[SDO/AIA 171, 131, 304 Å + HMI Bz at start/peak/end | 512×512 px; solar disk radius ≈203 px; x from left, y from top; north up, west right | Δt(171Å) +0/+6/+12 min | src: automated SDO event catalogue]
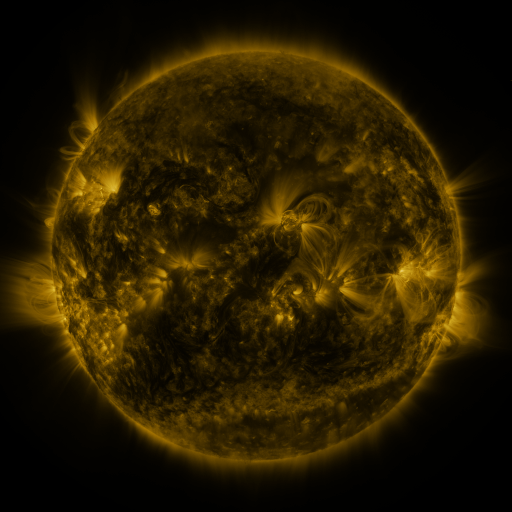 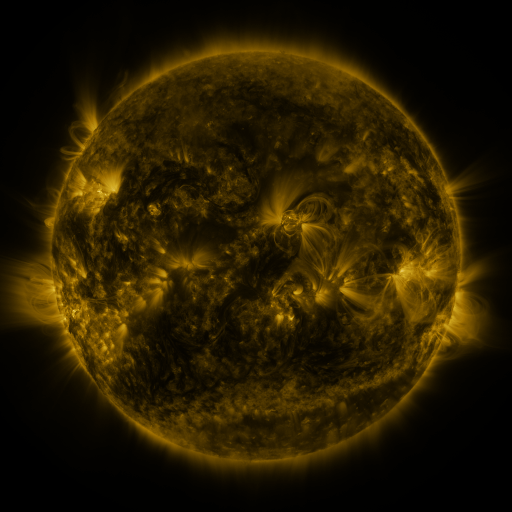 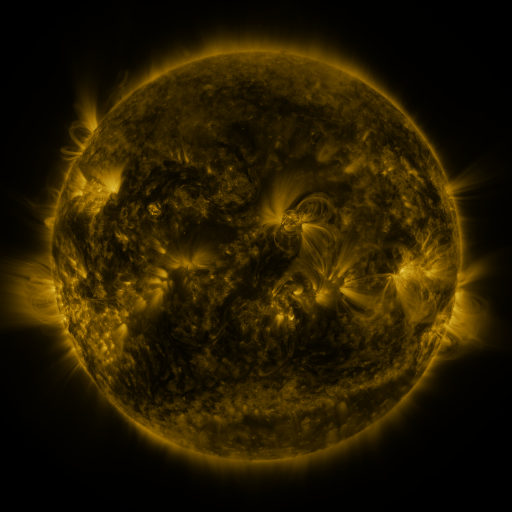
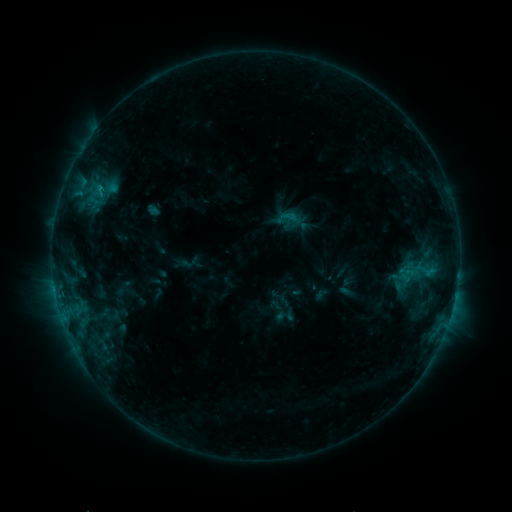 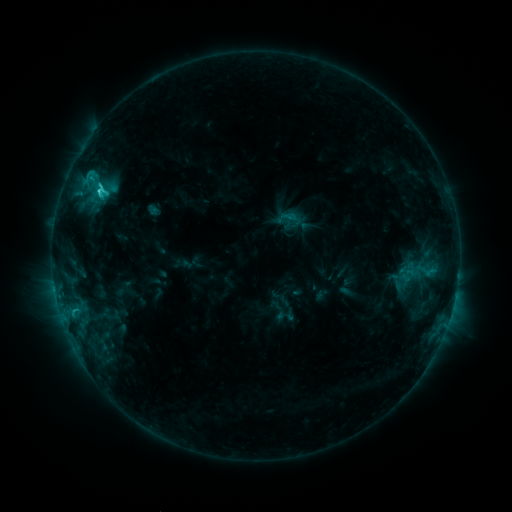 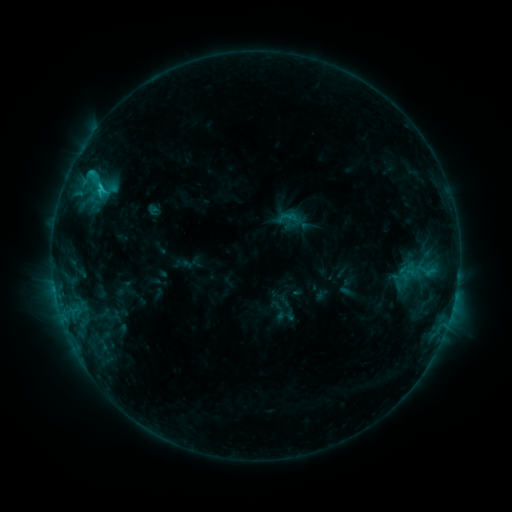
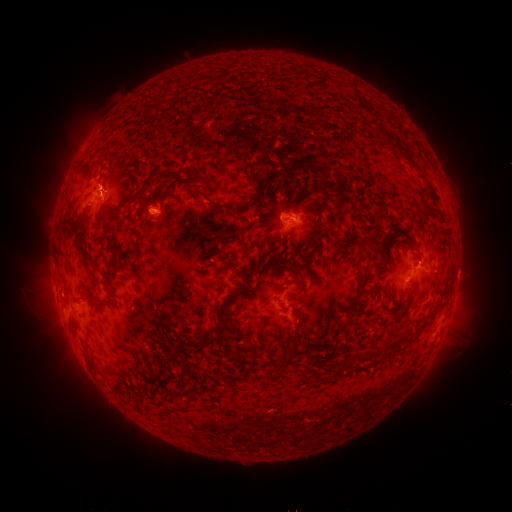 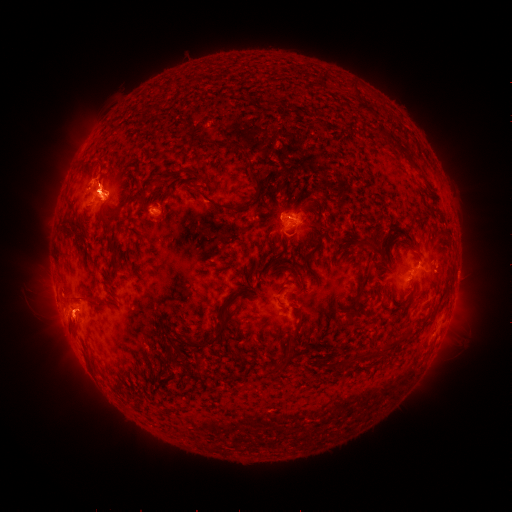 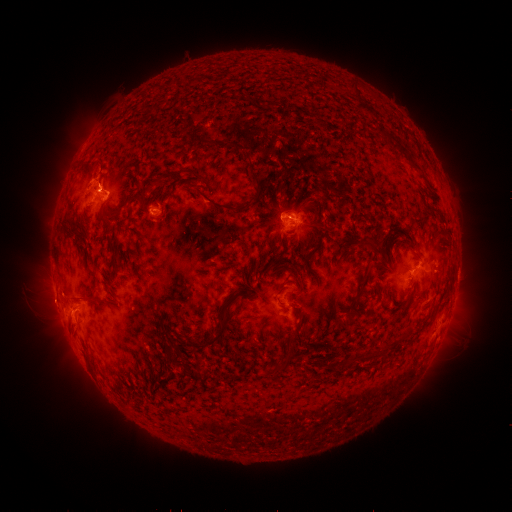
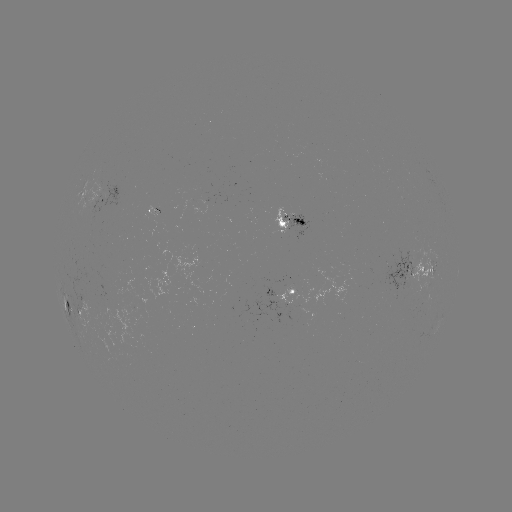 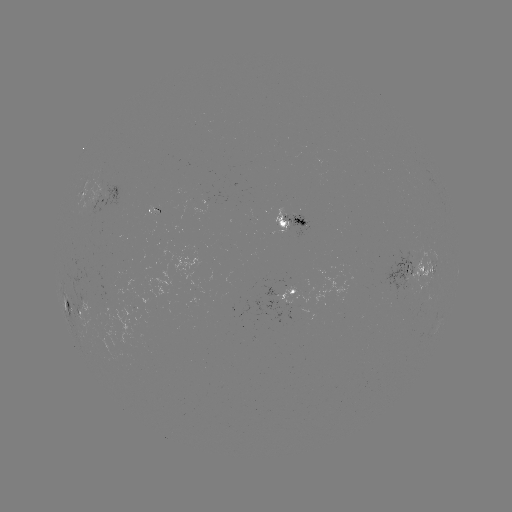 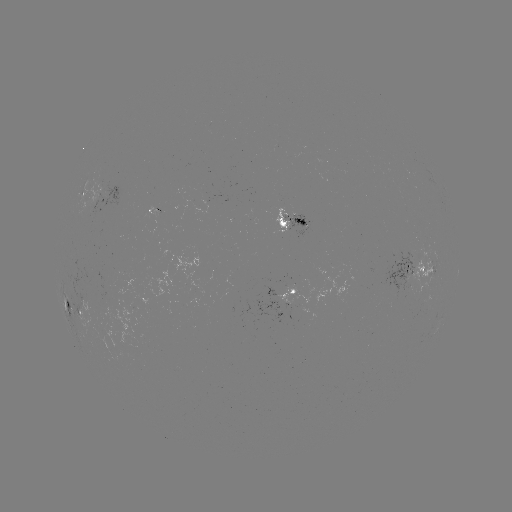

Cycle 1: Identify C2.6 flare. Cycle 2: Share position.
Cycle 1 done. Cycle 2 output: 99,192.